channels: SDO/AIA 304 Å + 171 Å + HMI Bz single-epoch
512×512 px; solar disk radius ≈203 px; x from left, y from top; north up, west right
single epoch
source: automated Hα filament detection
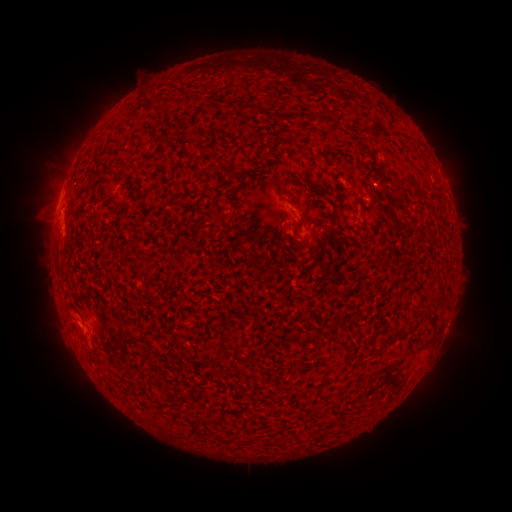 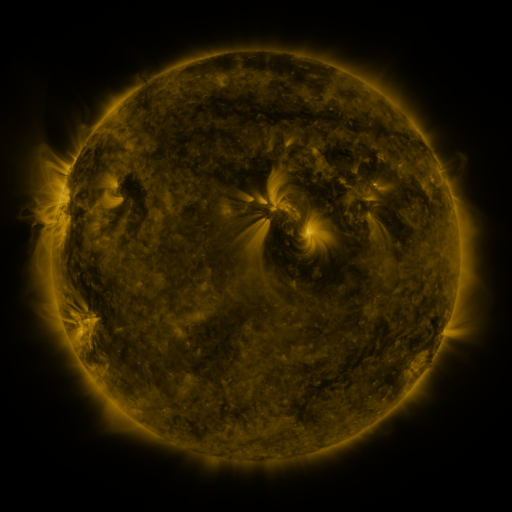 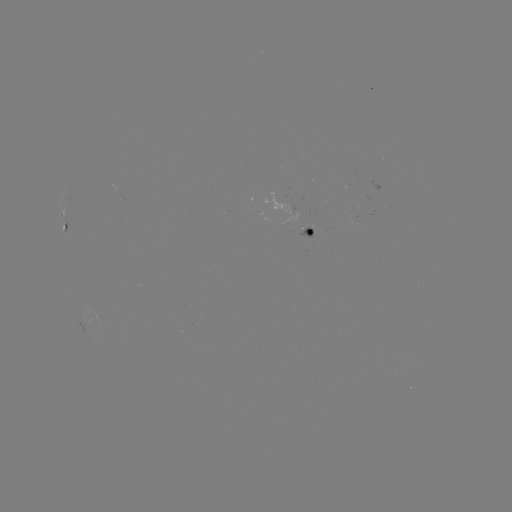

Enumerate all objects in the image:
filament: (168, 103)
filament: (243, 108)
filament: (359, 150)
filament: (209, 167)
filament: (243, 175)
filament: (311, 183)
filament: (411, 186)
filament: (335, 215)
filament: (296, 244)
filament: (395, 334)
filament: (358, 365)
filament: (170, 427)
